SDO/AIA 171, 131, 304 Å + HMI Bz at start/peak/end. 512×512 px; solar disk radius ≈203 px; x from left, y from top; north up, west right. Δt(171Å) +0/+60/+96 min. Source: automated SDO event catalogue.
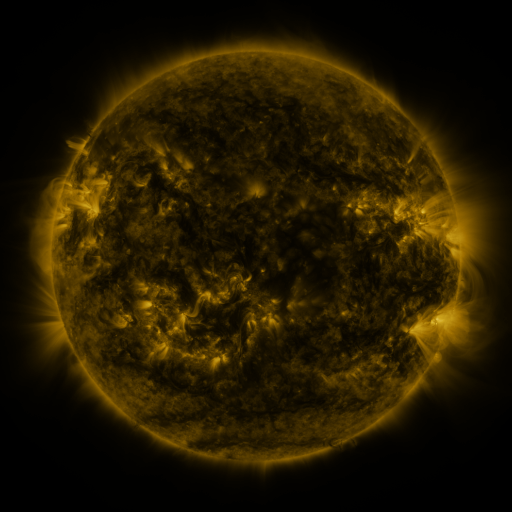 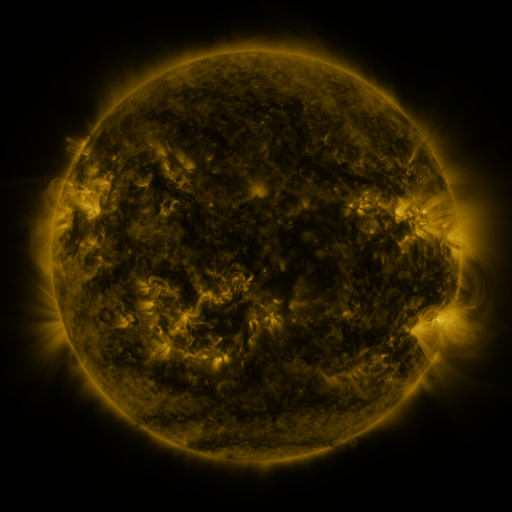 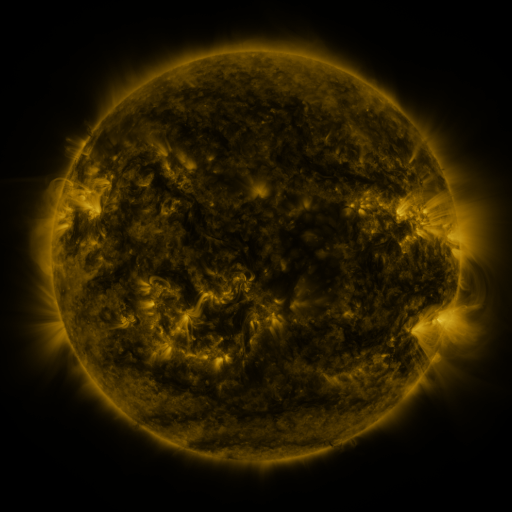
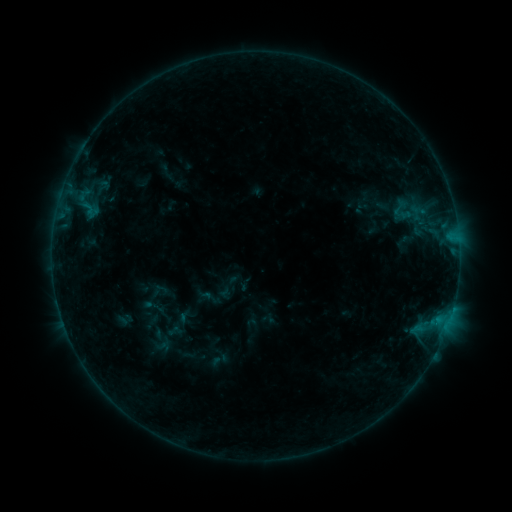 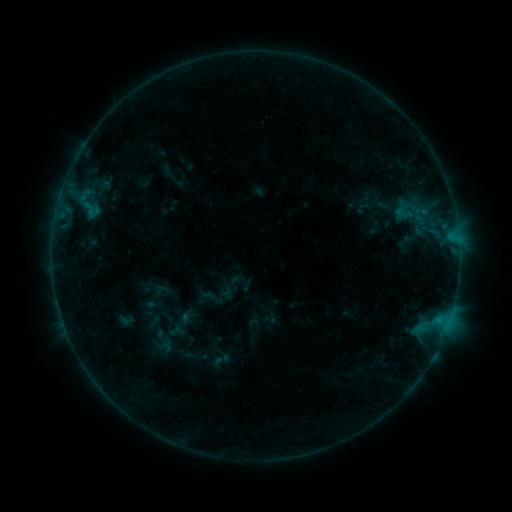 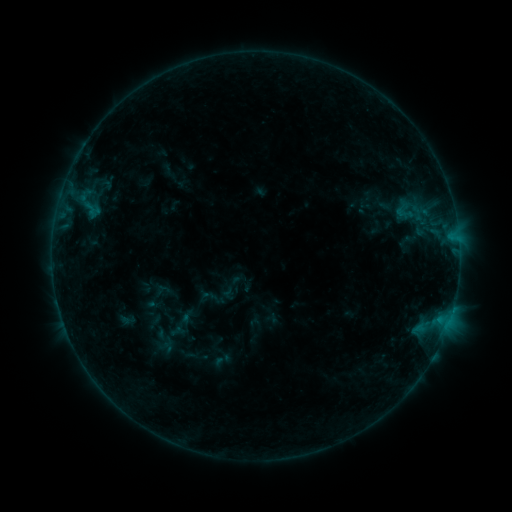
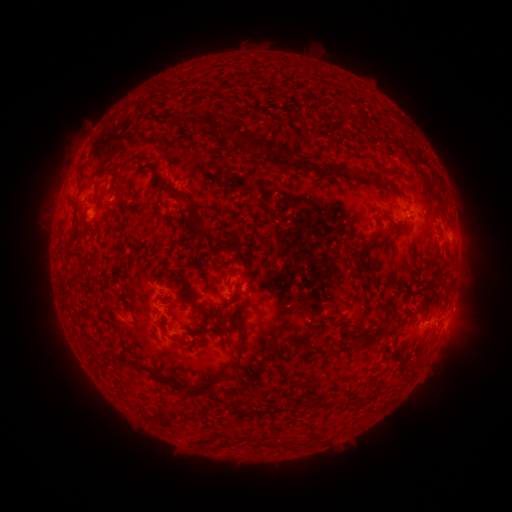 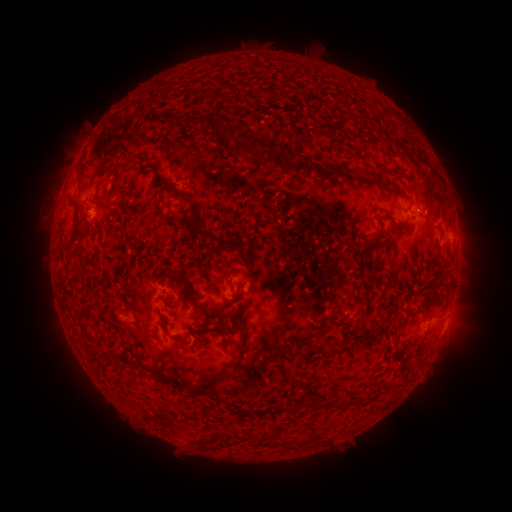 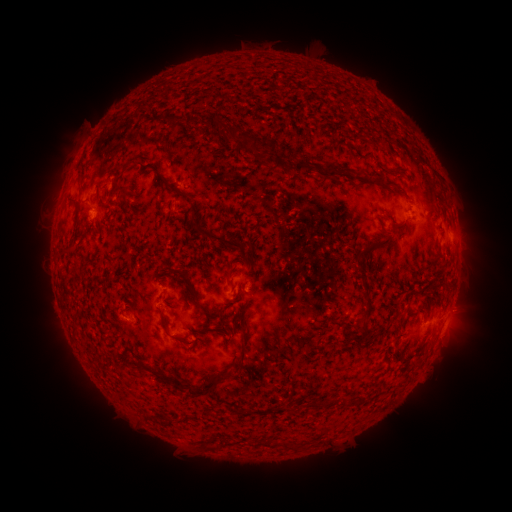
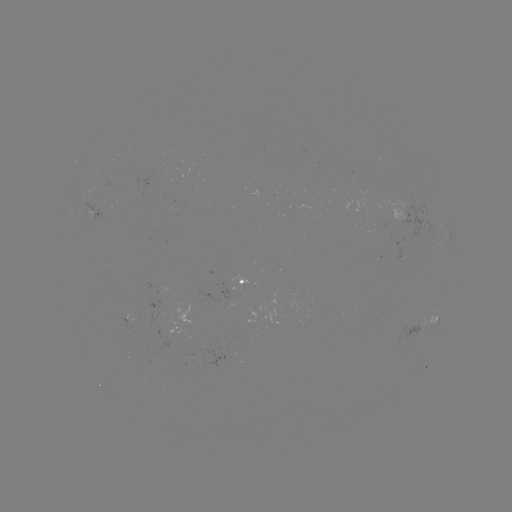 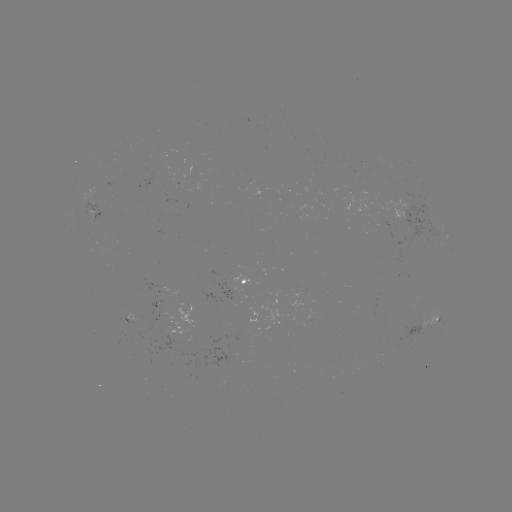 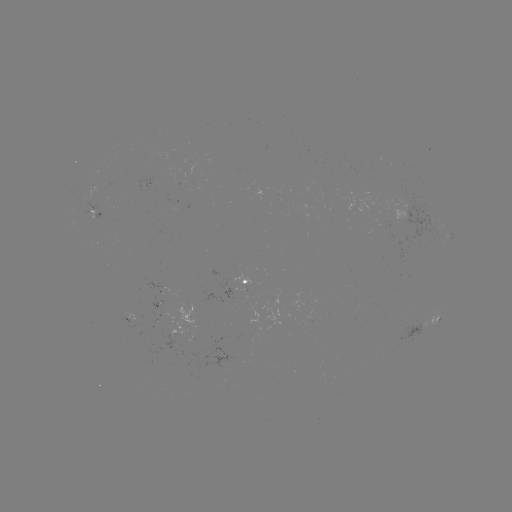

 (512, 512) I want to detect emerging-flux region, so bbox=[123, 313, 138, 321].